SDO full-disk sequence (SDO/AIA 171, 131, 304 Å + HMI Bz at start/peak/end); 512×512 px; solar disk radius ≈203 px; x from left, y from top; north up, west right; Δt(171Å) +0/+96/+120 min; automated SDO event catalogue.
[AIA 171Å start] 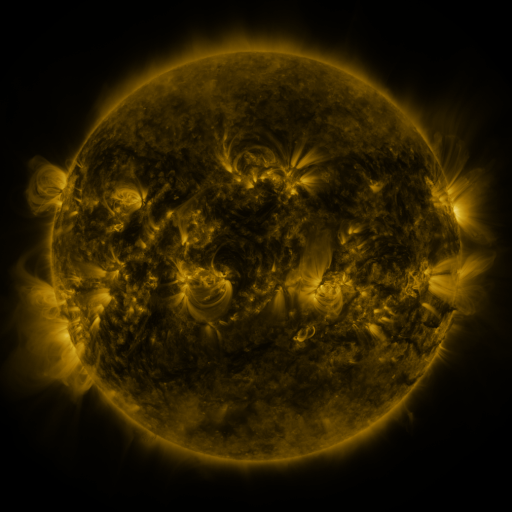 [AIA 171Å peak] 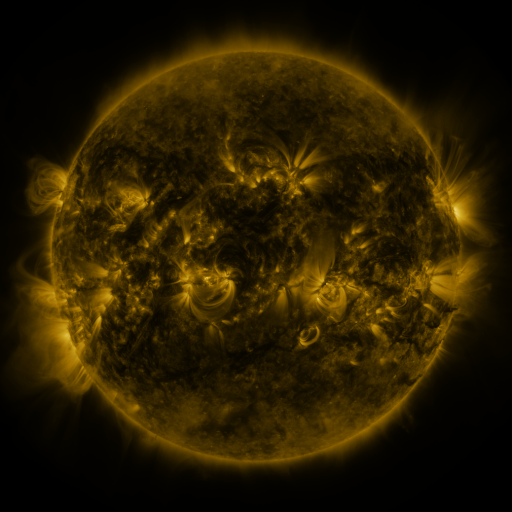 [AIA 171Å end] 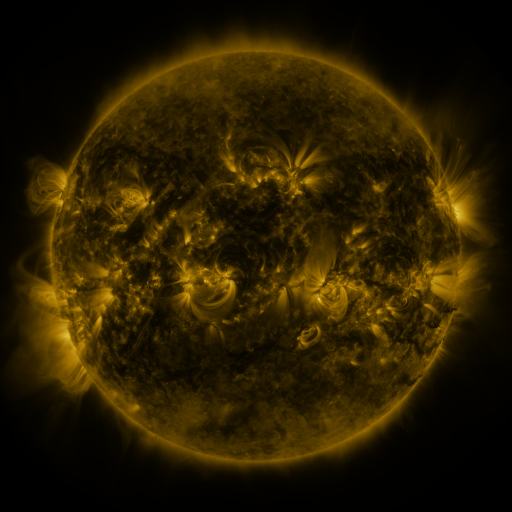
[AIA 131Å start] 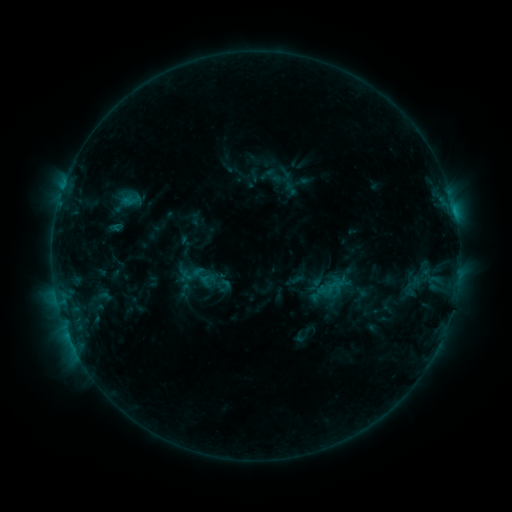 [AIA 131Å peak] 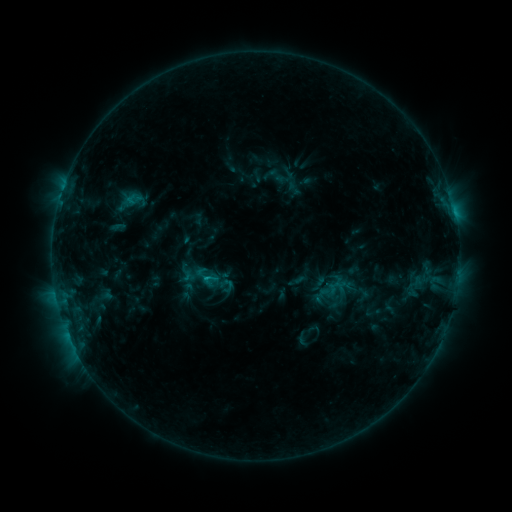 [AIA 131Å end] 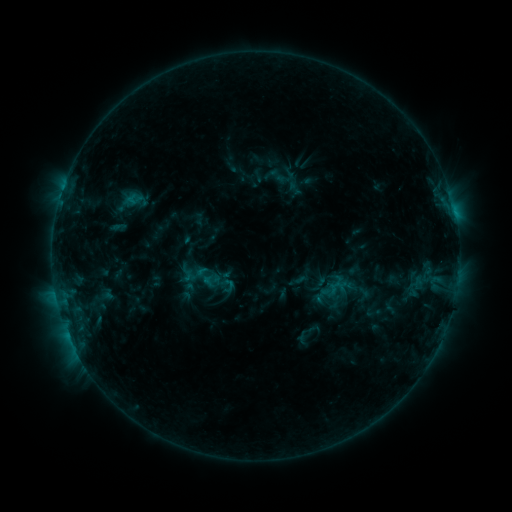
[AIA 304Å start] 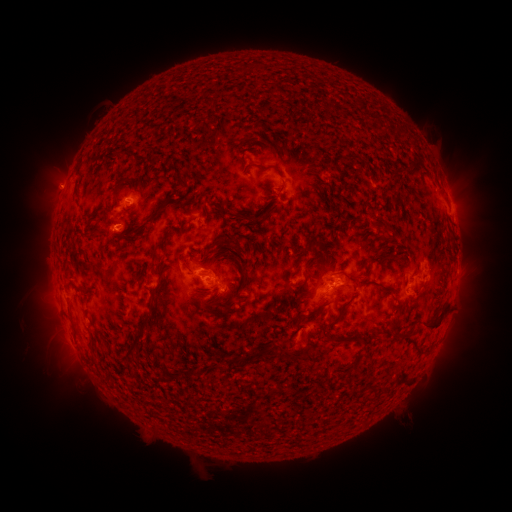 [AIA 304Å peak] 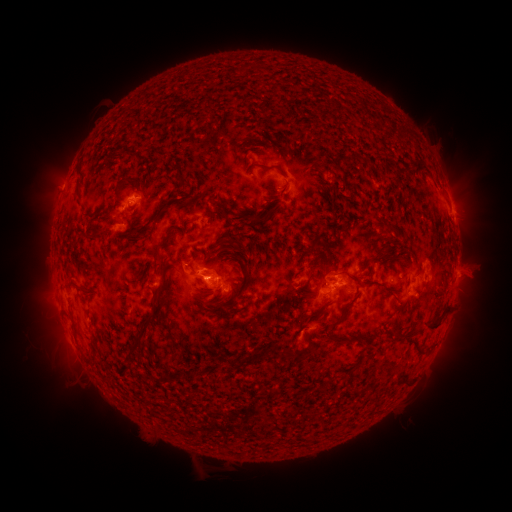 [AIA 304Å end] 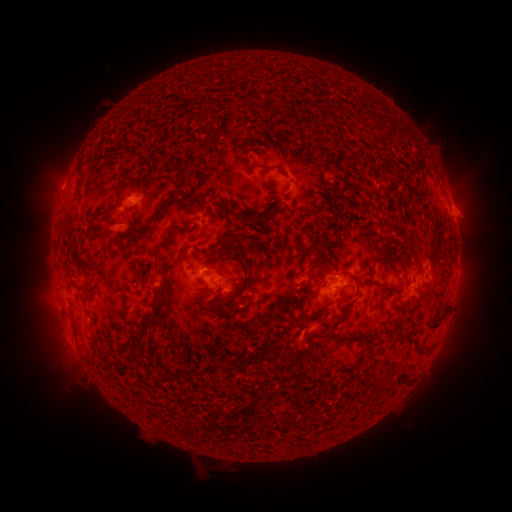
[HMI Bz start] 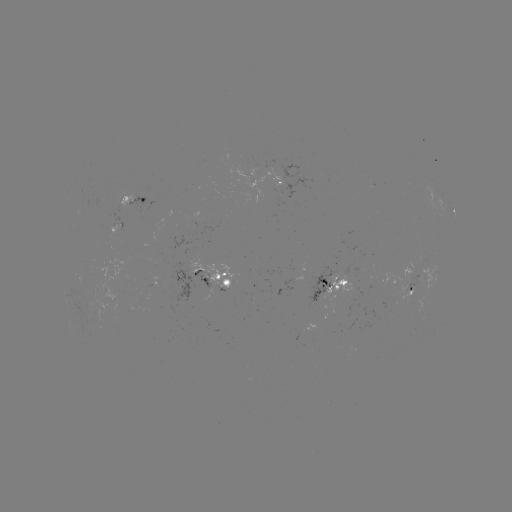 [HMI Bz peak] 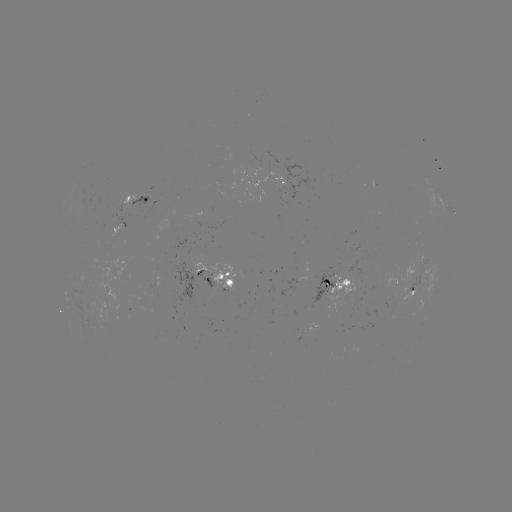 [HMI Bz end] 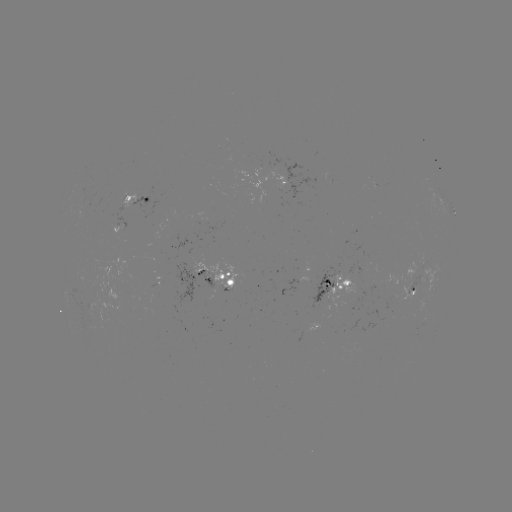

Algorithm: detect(emerging-flux region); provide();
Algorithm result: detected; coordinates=205,276